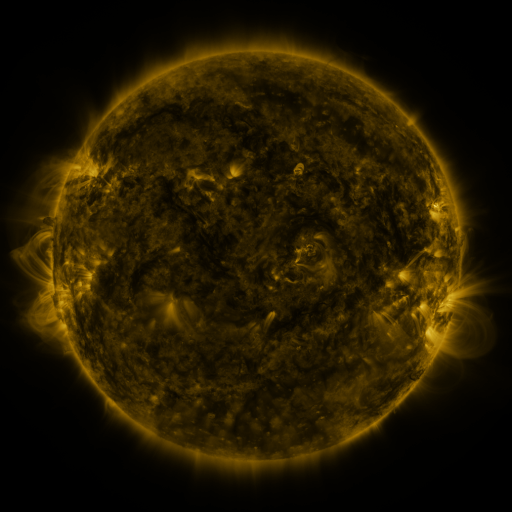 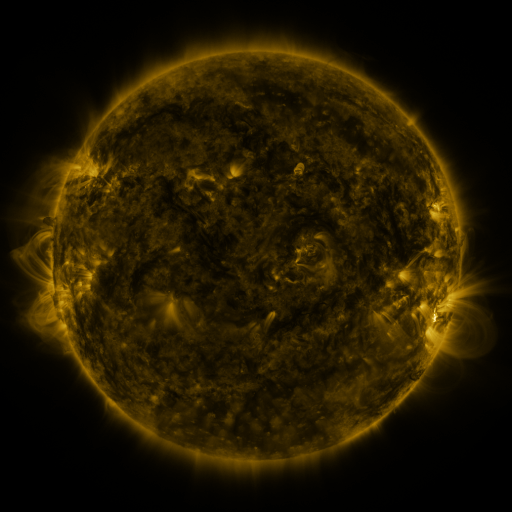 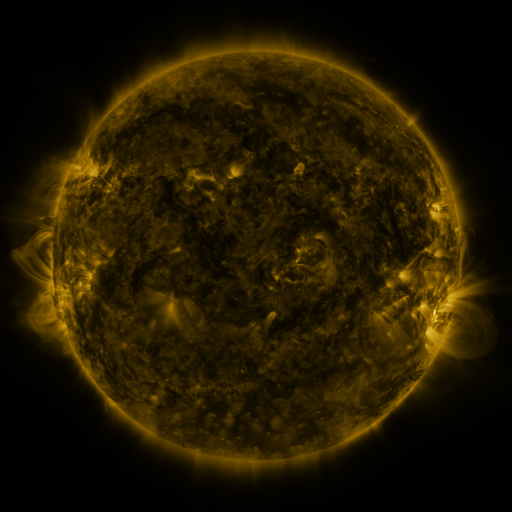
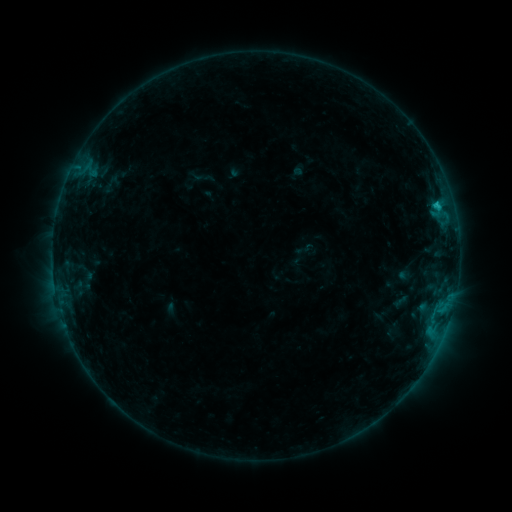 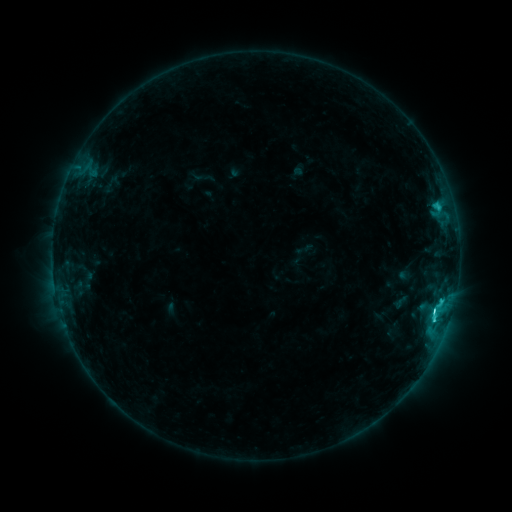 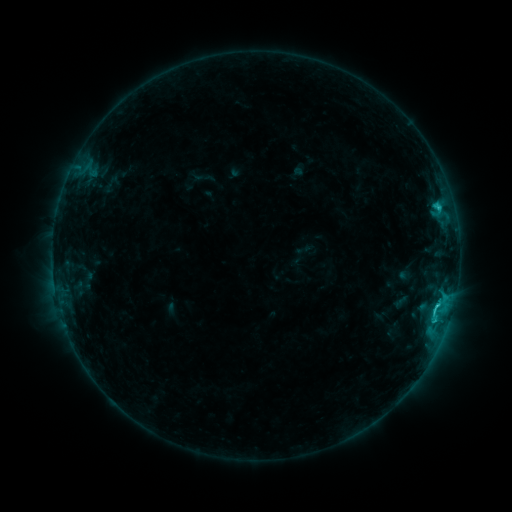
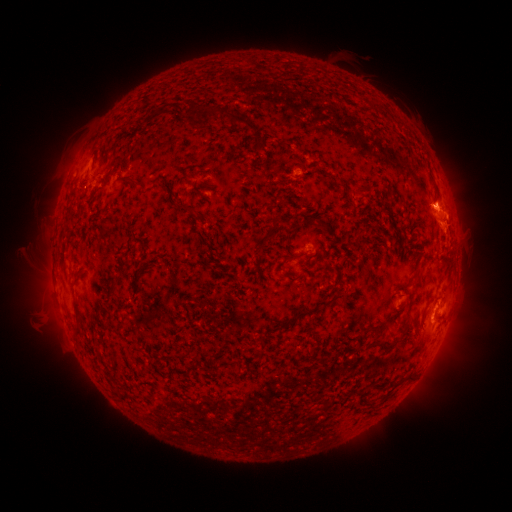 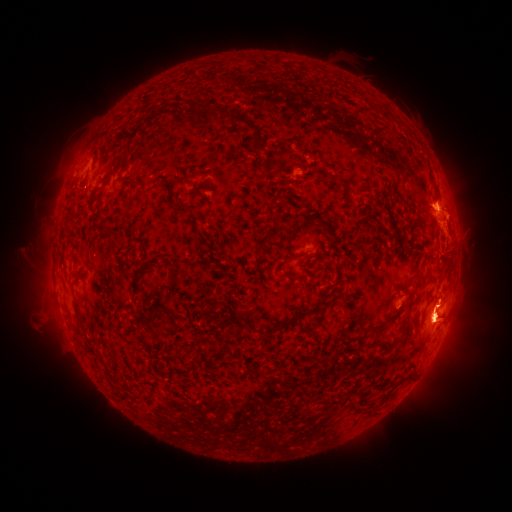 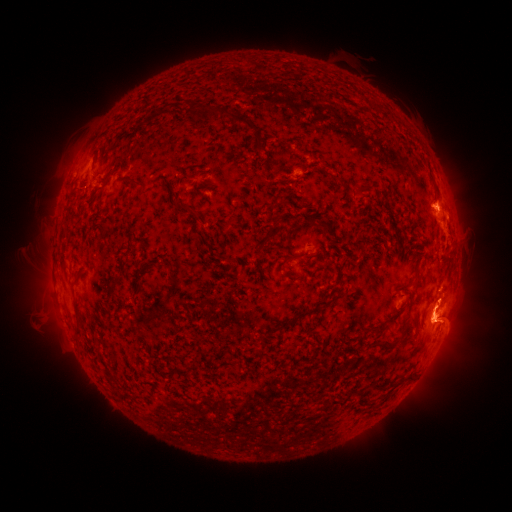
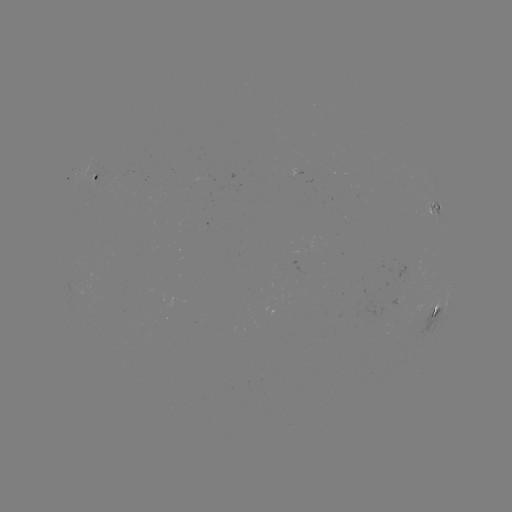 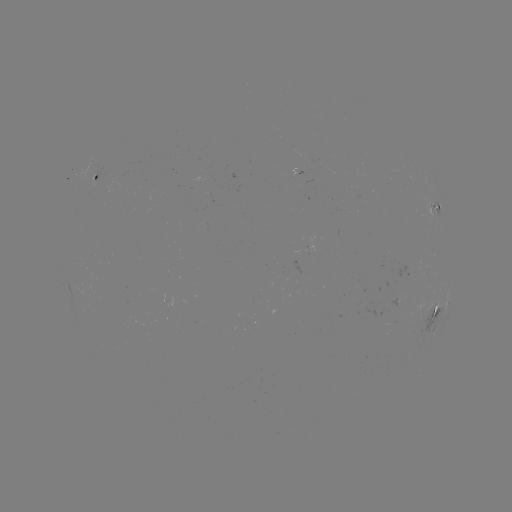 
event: flare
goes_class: C3.5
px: (433, 312)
